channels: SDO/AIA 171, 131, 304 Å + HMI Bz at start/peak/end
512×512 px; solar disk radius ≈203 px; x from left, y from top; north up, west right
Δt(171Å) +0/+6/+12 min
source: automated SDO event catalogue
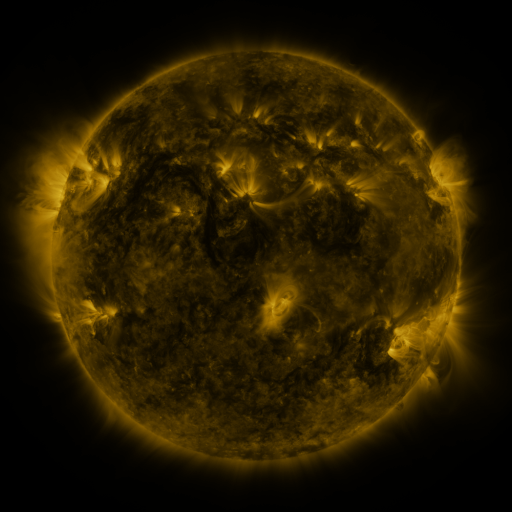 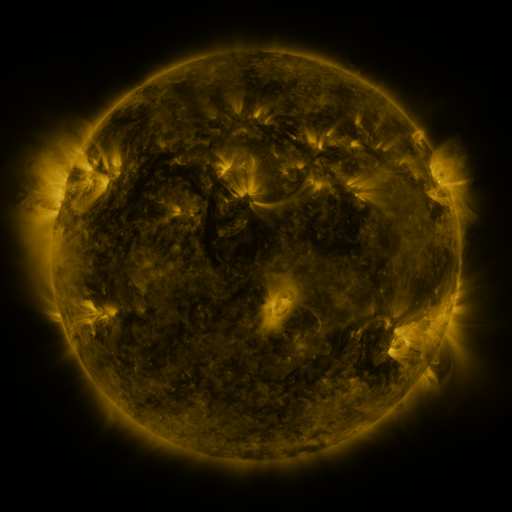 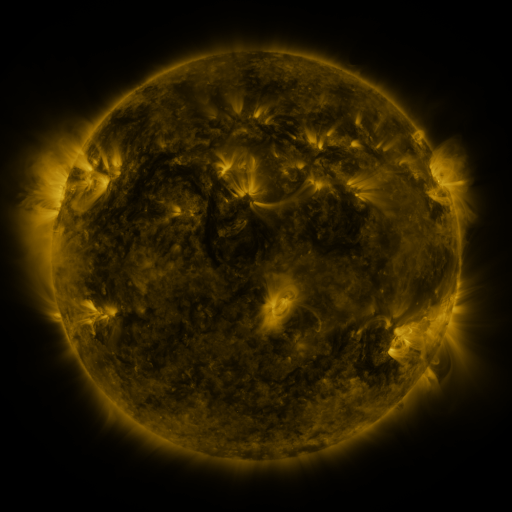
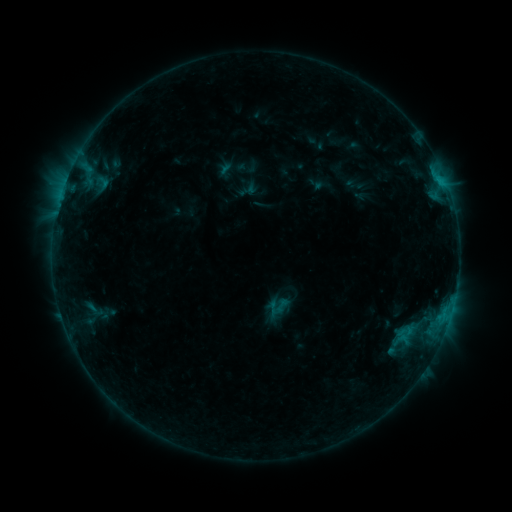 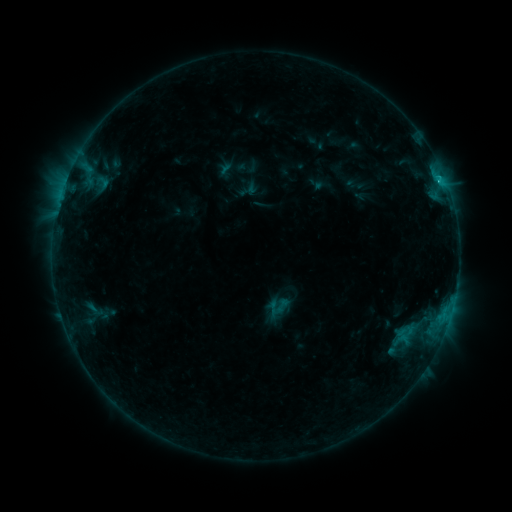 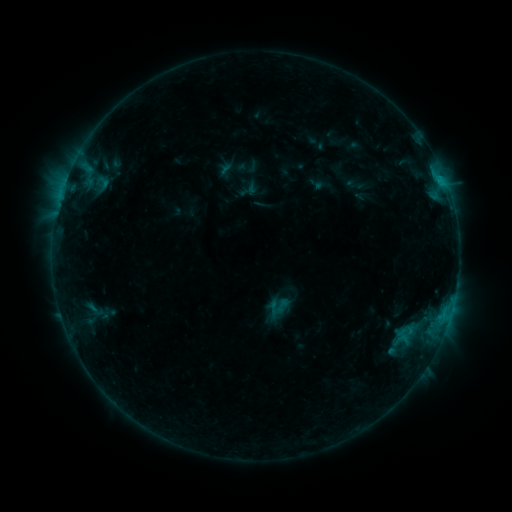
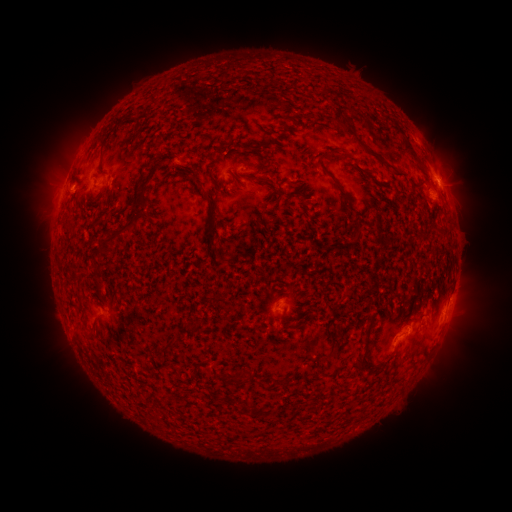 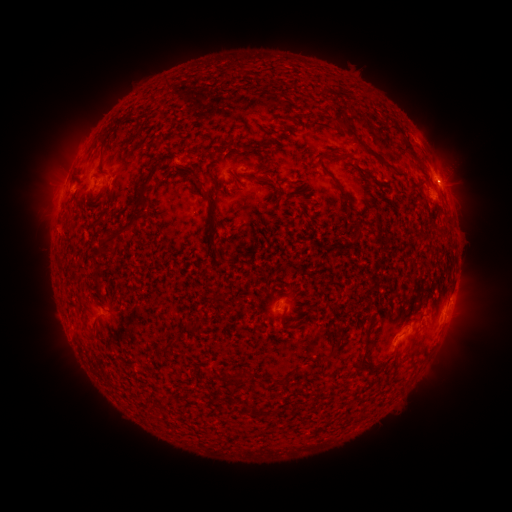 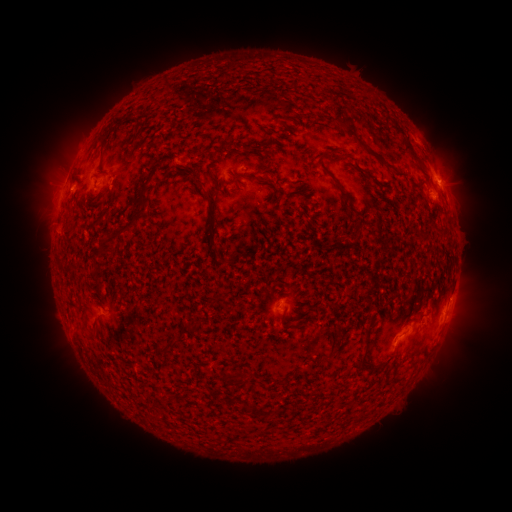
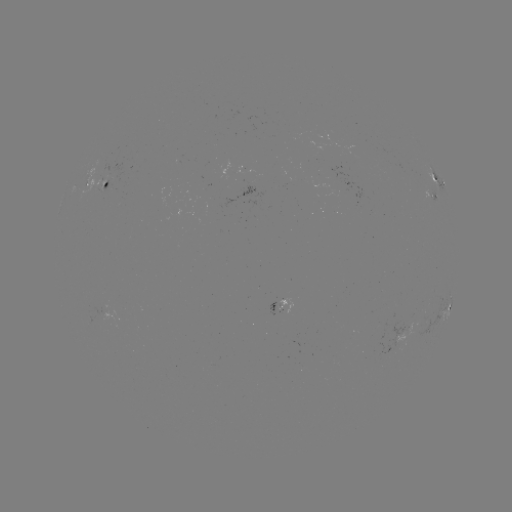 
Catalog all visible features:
B6.6 flare: (438, 182)
